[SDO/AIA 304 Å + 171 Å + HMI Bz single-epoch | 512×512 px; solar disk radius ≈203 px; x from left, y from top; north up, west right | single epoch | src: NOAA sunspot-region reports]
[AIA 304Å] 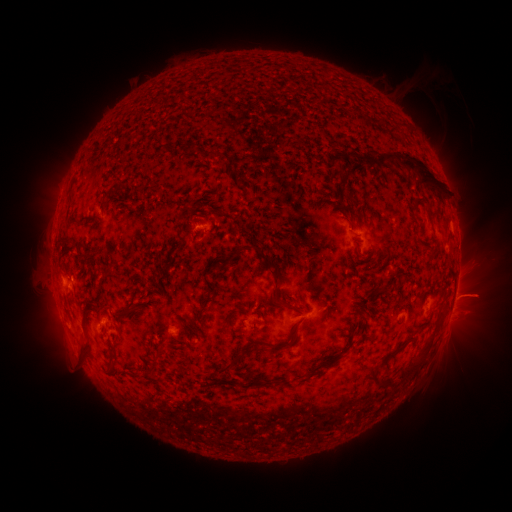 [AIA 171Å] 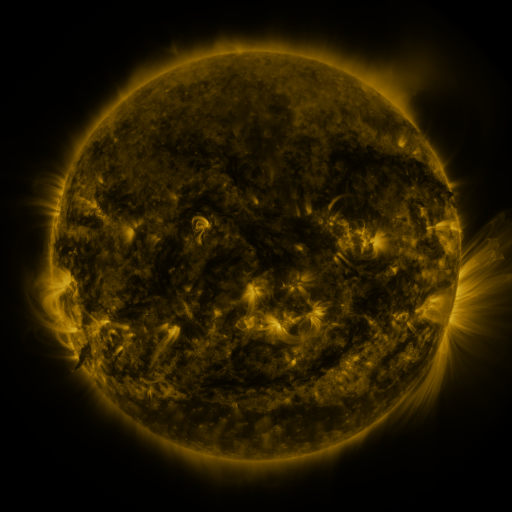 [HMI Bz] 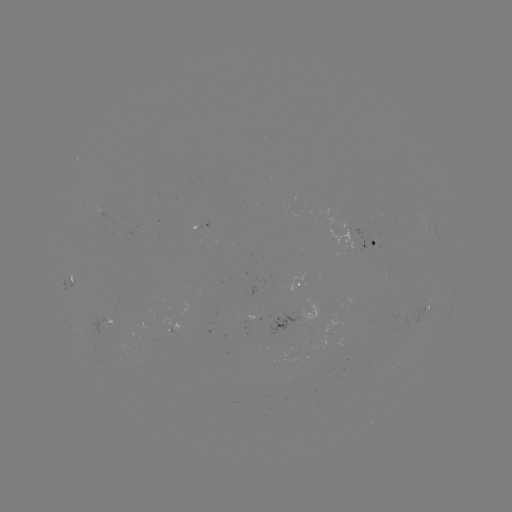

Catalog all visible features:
spotted active region: (204, 225)
spotted active region: (371, 240)
spotted active region: (72, 280)
spotted active region: (298, 285)
spotted active region: (451, 307)
spotted active region: (431, 308)
spotted active region: (396, 312)
spotted active region: (311, 313)
spotted active region: (110, 322)
spotted active region: (179, 329)
